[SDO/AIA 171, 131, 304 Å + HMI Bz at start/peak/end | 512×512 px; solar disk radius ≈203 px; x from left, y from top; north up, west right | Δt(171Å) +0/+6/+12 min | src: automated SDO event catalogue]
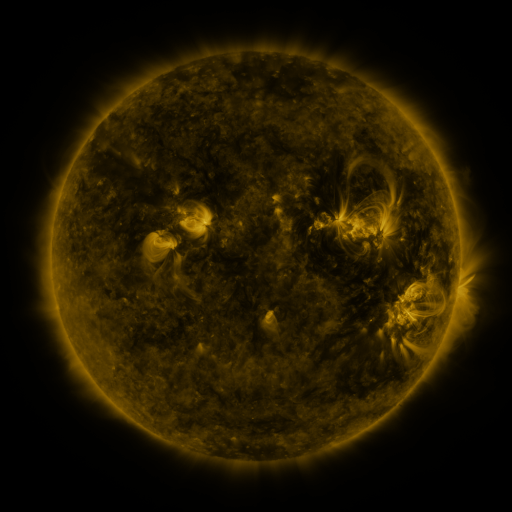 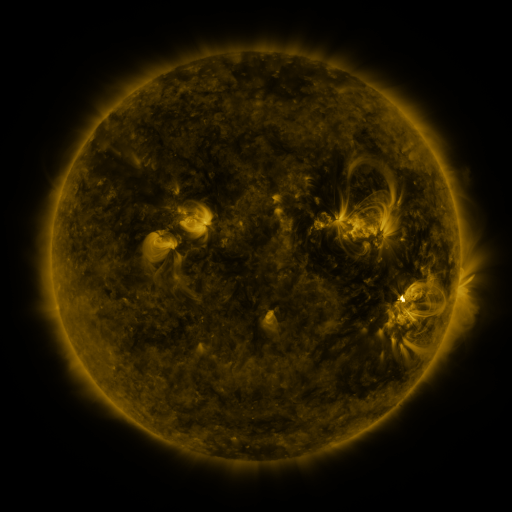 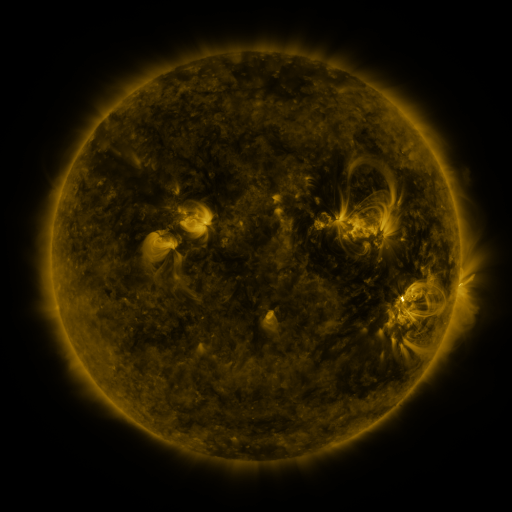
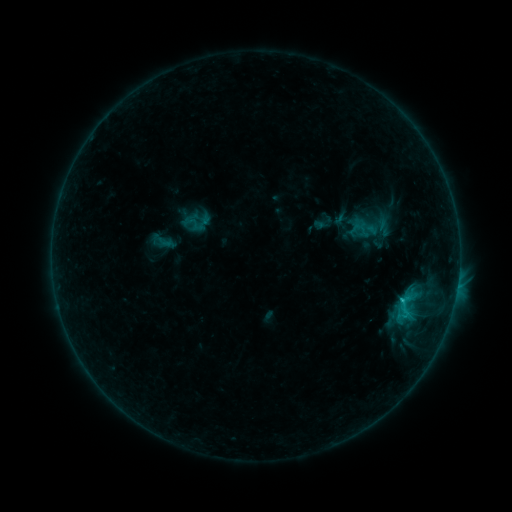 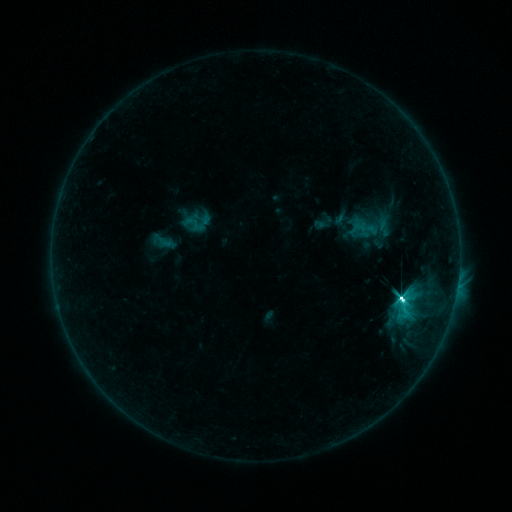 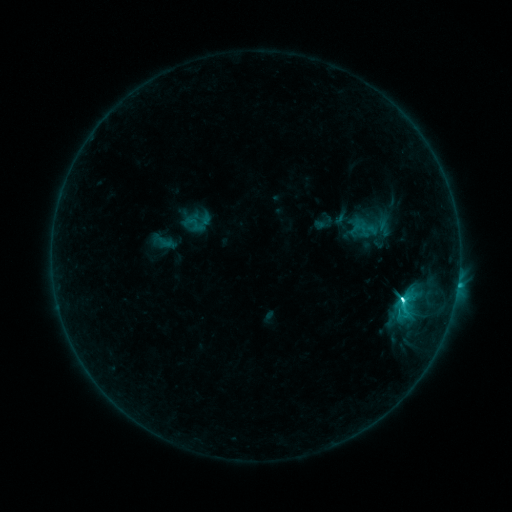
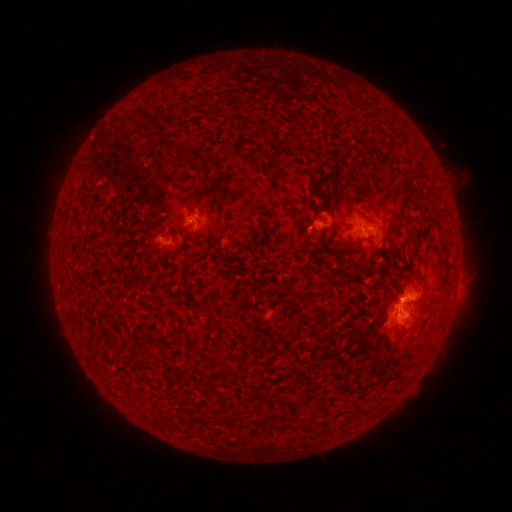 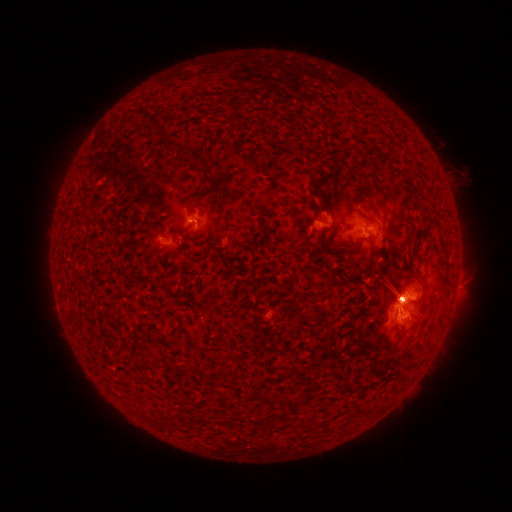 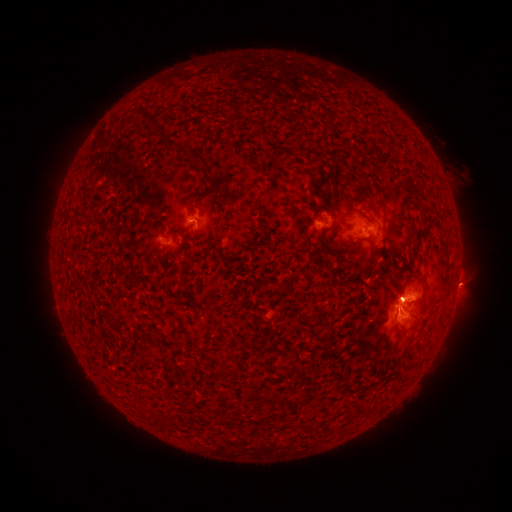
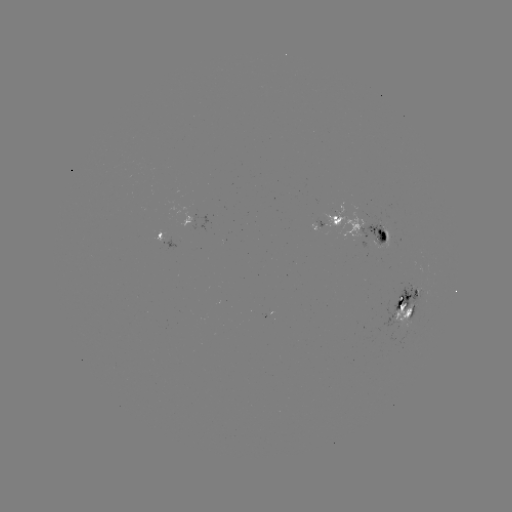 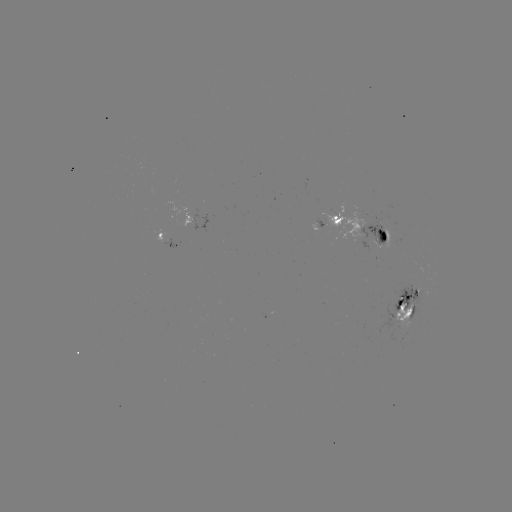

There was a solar flare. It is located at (401, 298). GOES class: M1.4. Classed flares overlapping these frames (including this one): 1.